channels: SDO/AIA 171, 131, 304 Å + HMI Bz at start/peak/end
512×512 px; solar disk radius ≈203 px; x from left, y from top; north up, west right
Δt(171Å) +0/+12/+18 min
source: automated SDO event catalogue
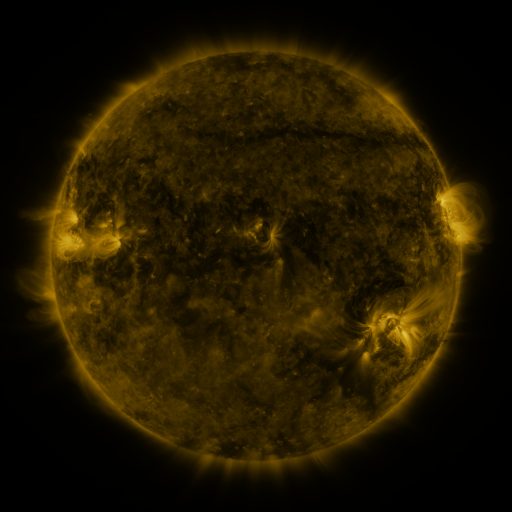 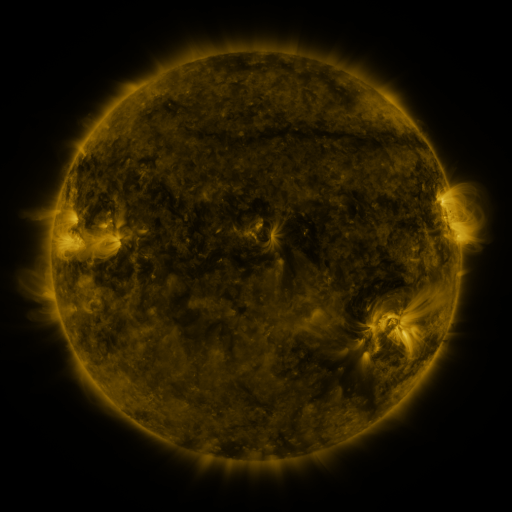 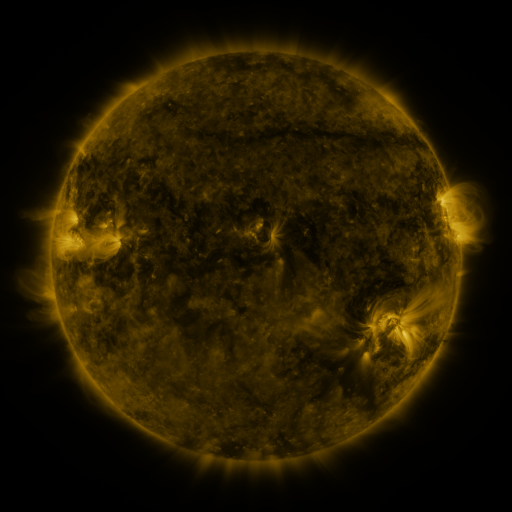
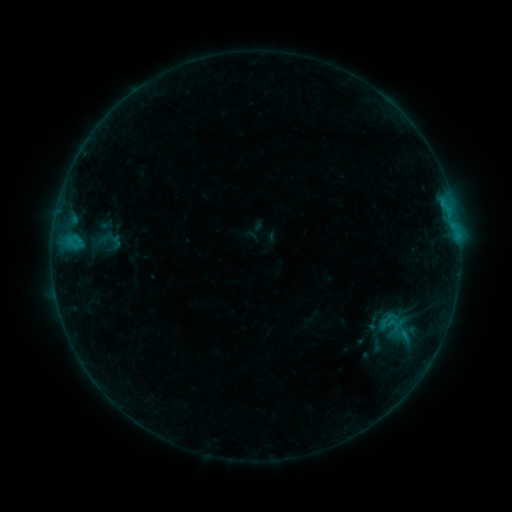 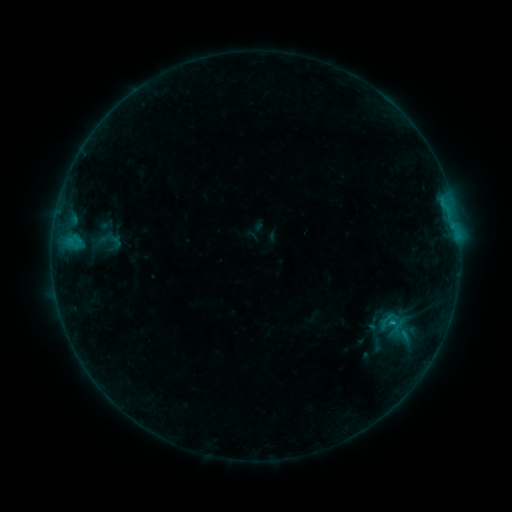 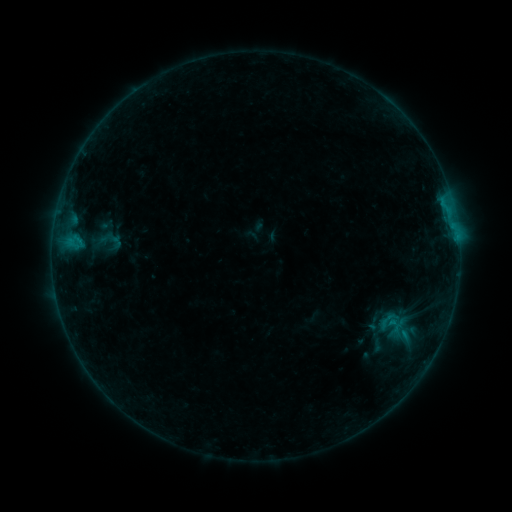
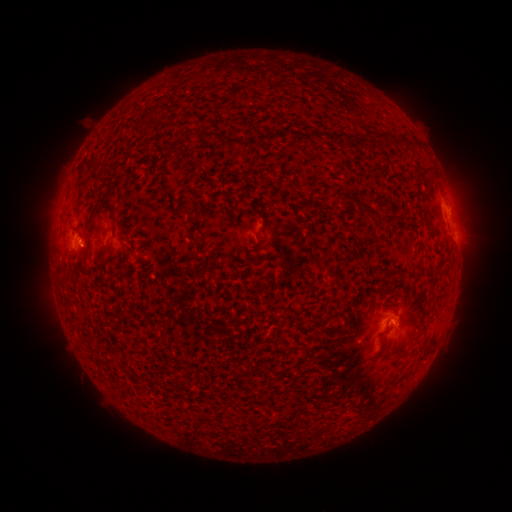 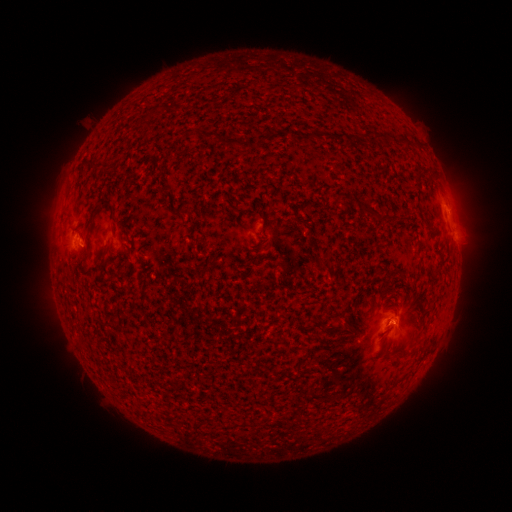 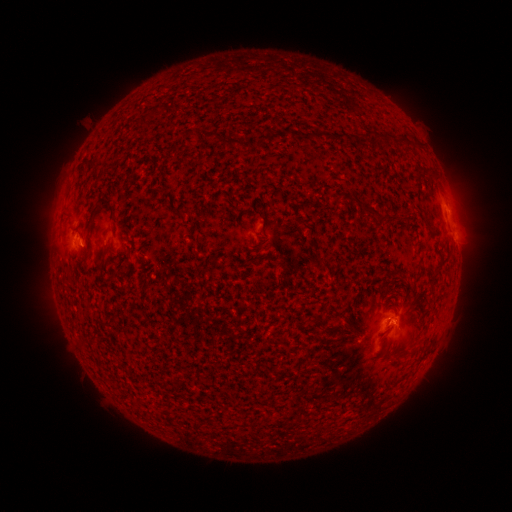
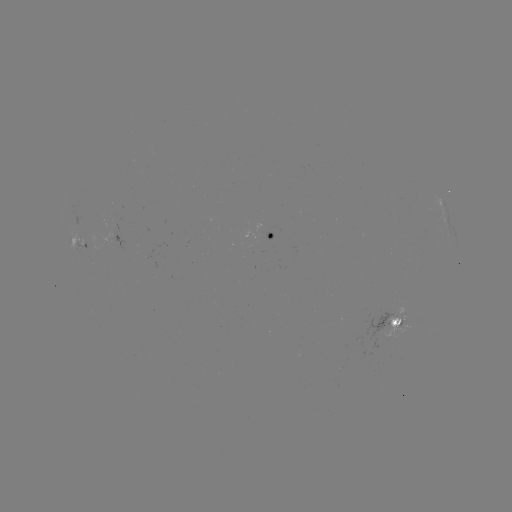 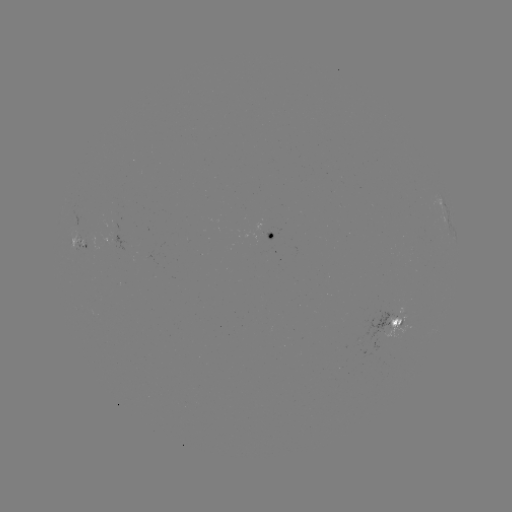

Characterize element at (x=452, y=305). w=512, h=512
B5.3 flare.